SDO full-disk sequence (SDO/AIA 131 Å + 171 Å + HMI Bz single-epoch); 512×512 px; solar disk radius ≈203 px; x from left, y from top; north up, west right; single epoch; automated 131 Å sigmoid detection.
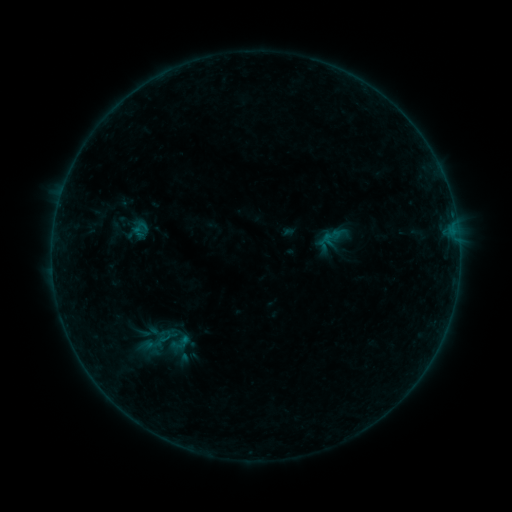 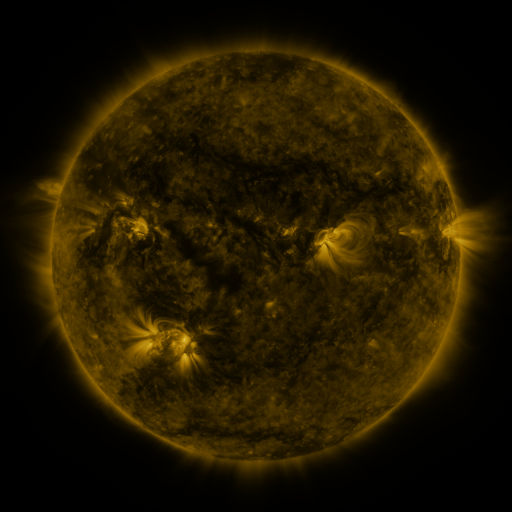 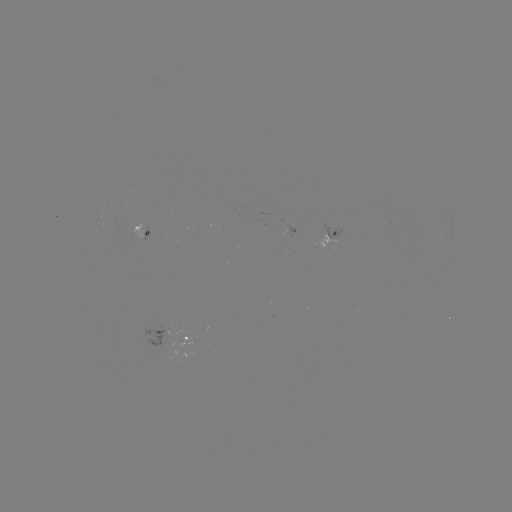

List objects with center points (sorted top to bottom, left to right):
sigmoid: <bbox>322, 225, 349, 249</bbox>
sigmoid: <bbox>165, 330, 194, 355</bbox>
